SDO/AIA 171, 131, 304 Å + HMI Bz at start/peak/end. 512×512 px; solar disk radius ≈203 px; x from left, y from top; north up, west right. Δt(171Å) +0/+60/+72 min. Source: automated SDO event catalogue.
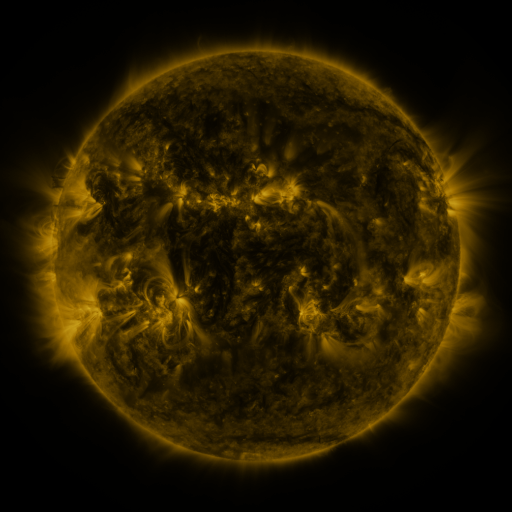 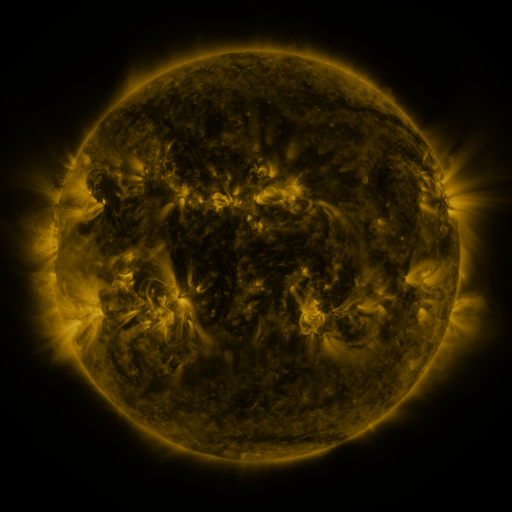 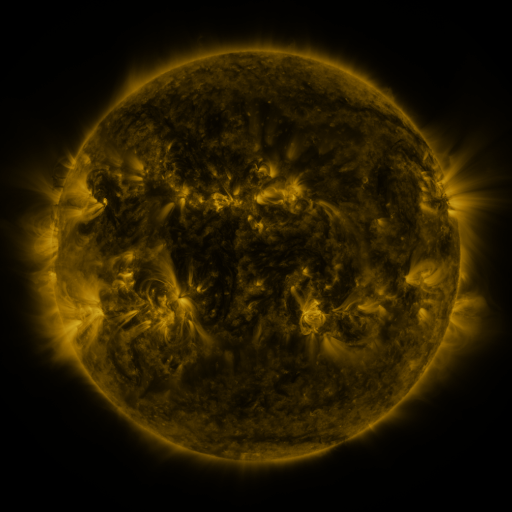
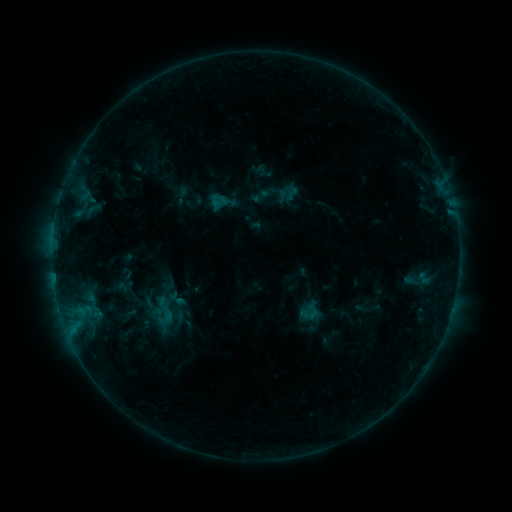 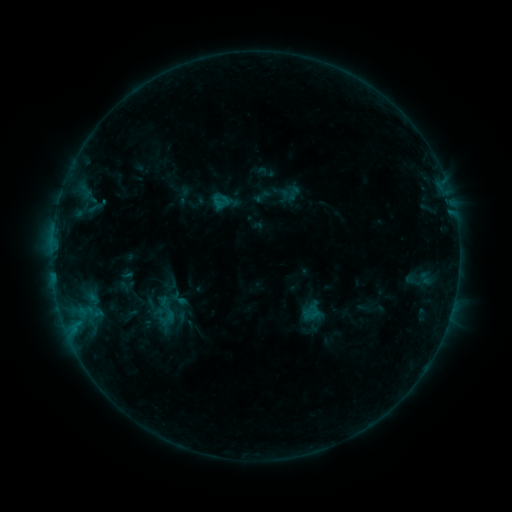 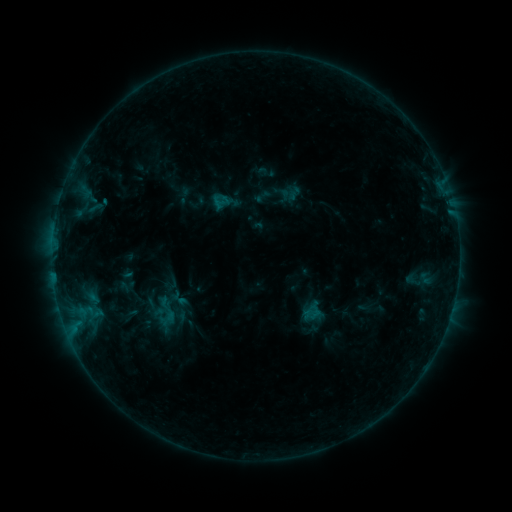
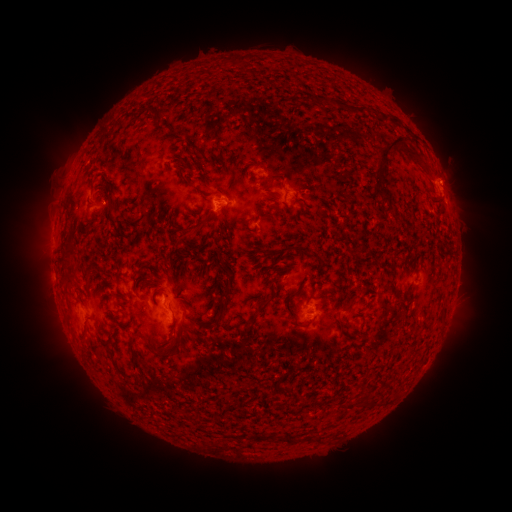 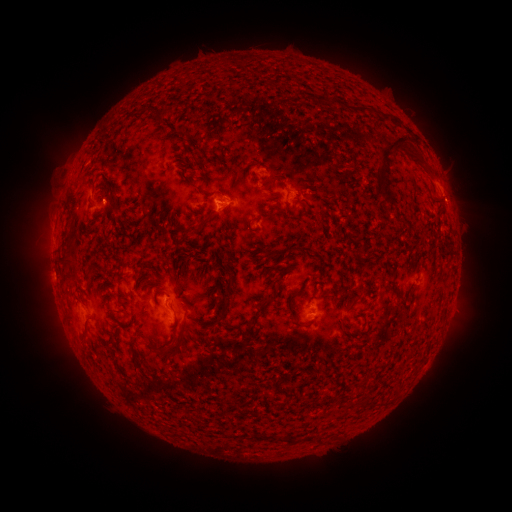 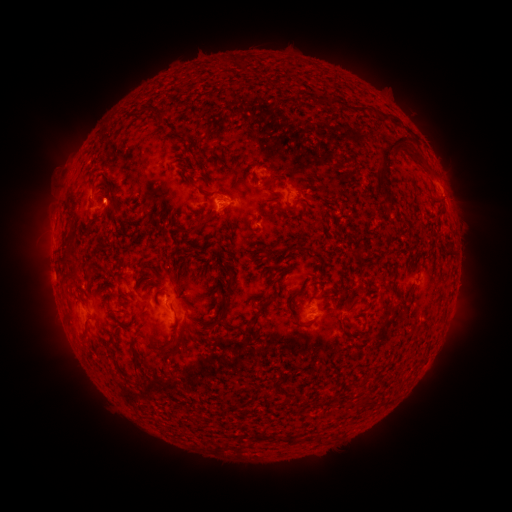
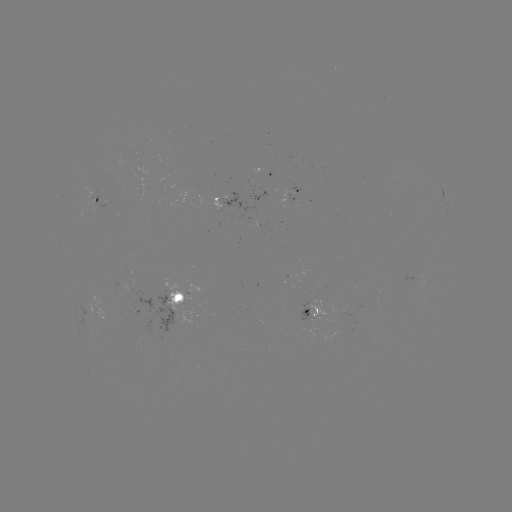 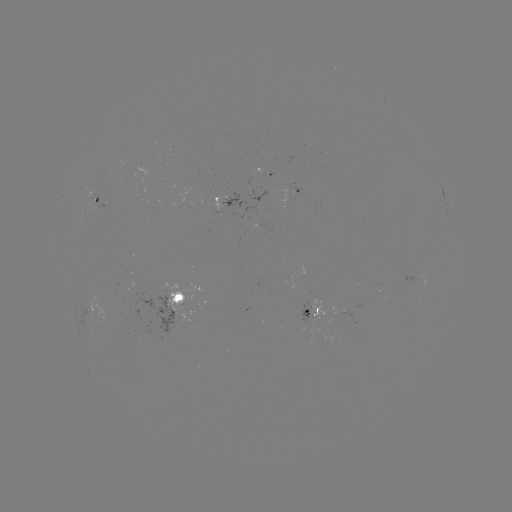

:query emerging-flux region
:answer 287,200